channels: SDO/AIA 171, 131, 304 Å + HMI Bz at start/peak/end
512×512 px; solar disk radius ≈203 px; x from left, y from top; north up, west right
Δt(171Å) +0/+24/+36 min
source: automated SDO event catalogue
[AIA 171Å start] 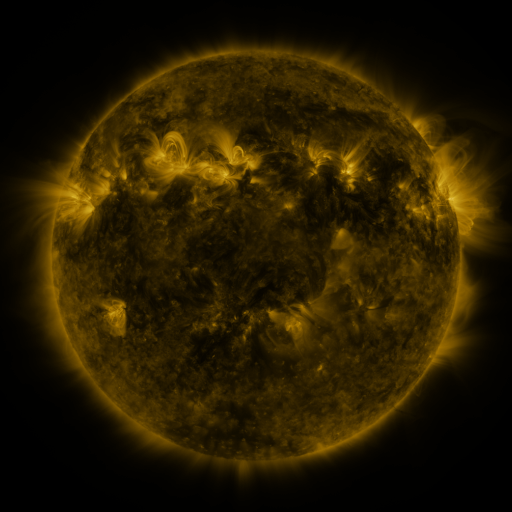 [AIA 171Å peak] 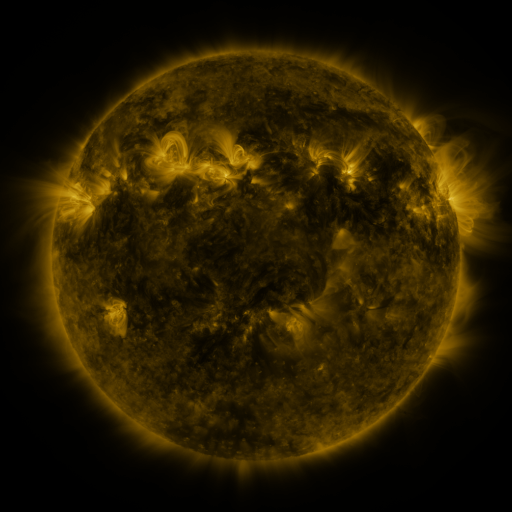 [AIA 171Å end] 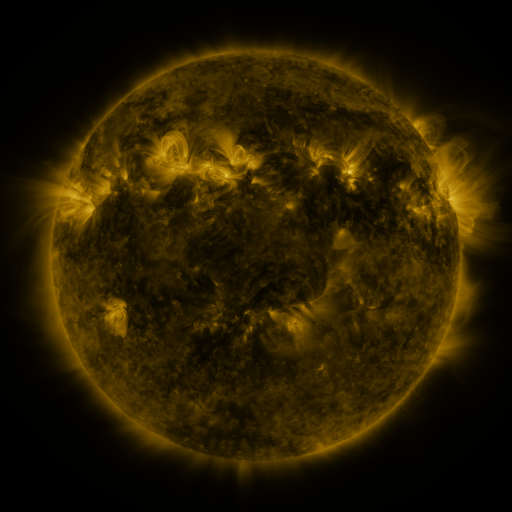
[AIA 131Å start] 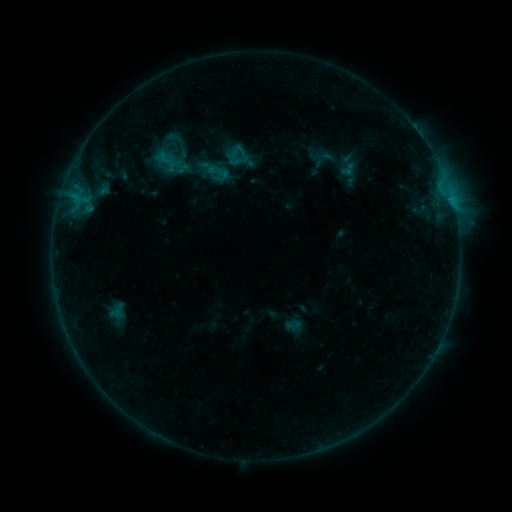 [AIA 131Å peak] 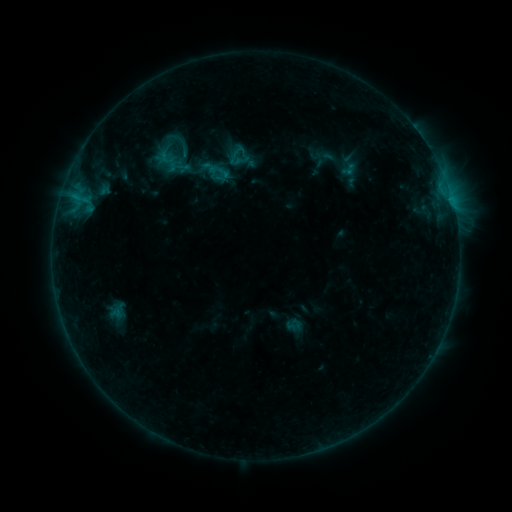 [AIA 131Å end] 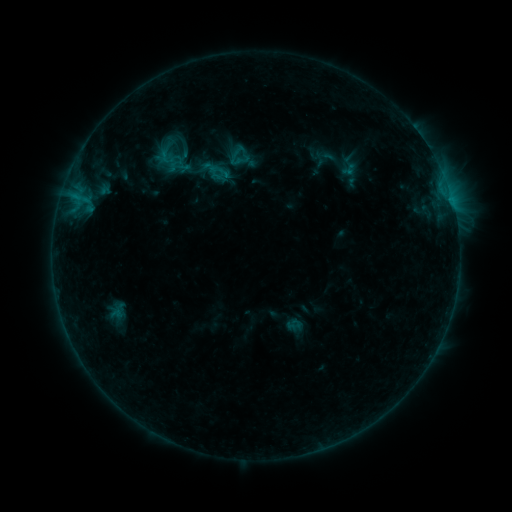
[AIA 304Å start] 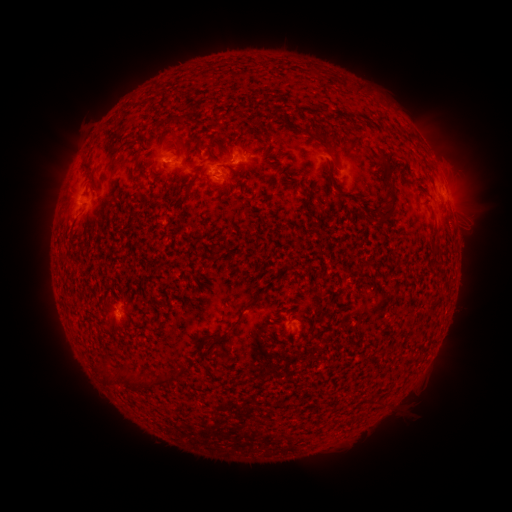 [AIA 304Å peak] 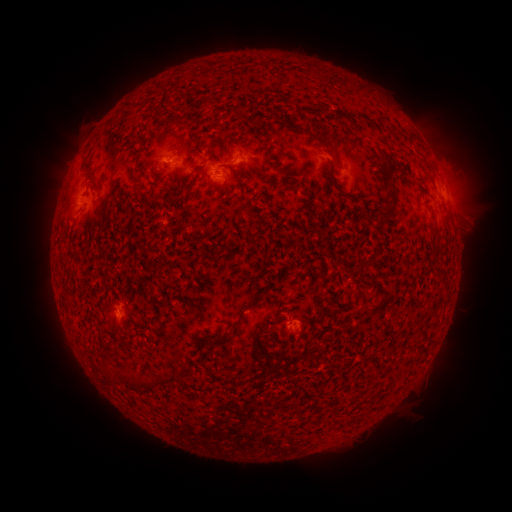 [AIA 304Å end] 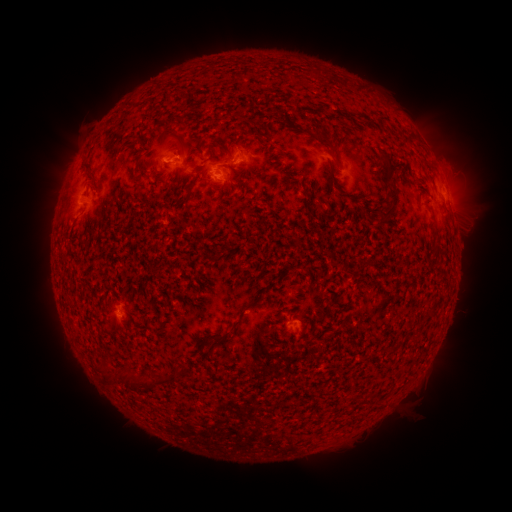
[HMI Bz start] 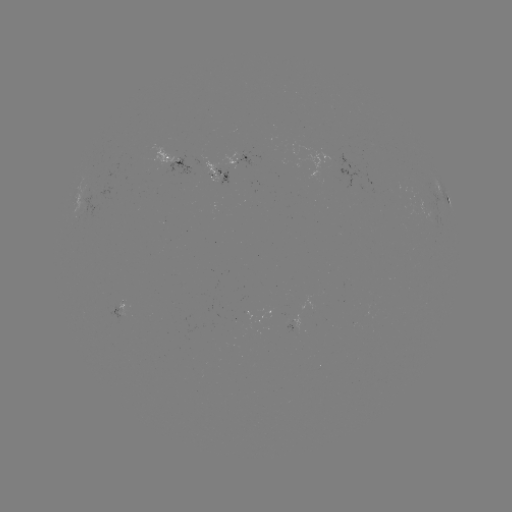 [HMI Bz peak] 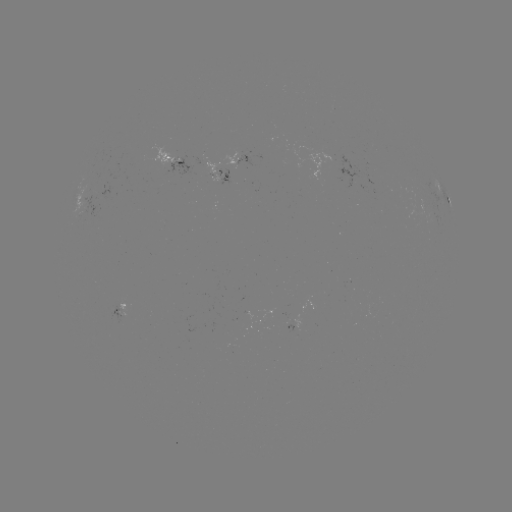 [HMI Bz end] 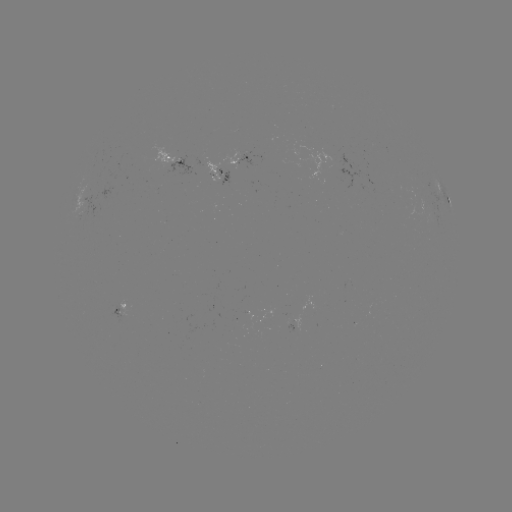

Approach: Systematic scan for emerging-flux region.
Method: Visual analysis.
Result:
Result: emerging-flux region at [245, 156].